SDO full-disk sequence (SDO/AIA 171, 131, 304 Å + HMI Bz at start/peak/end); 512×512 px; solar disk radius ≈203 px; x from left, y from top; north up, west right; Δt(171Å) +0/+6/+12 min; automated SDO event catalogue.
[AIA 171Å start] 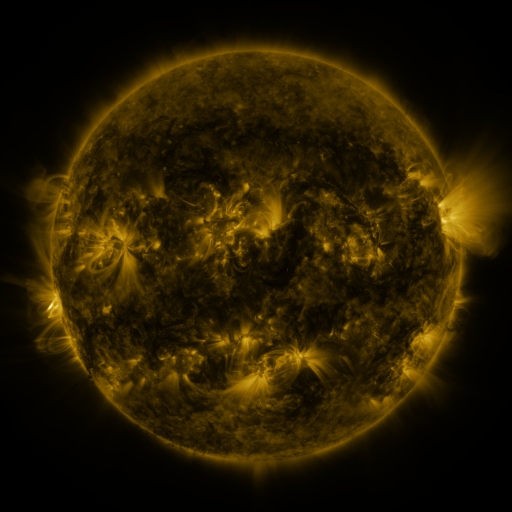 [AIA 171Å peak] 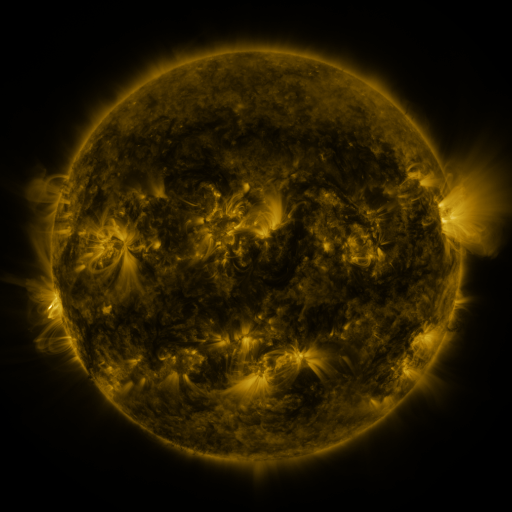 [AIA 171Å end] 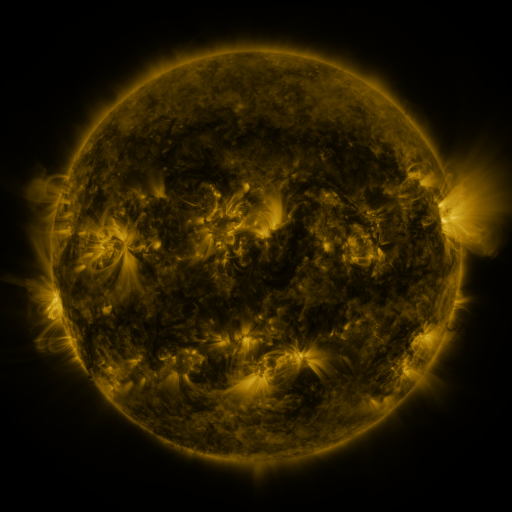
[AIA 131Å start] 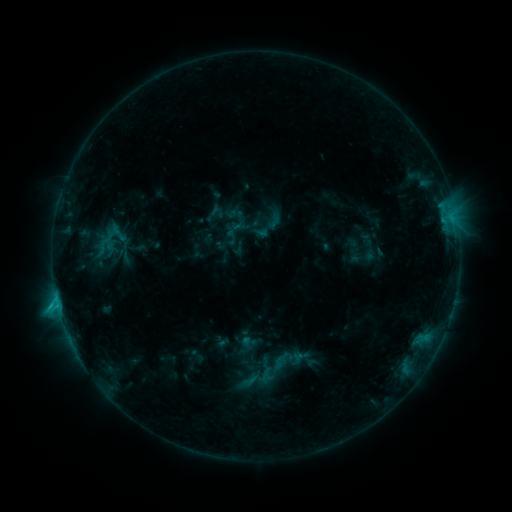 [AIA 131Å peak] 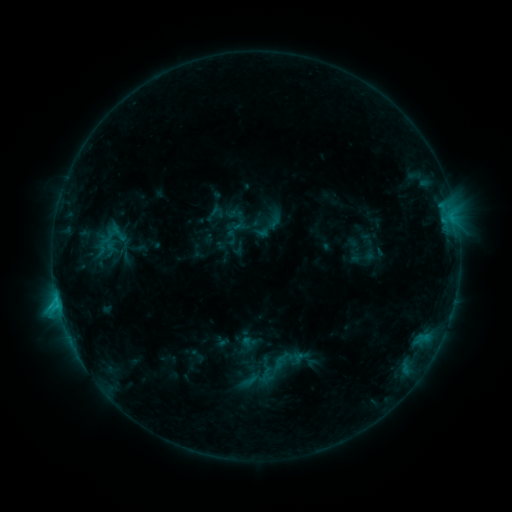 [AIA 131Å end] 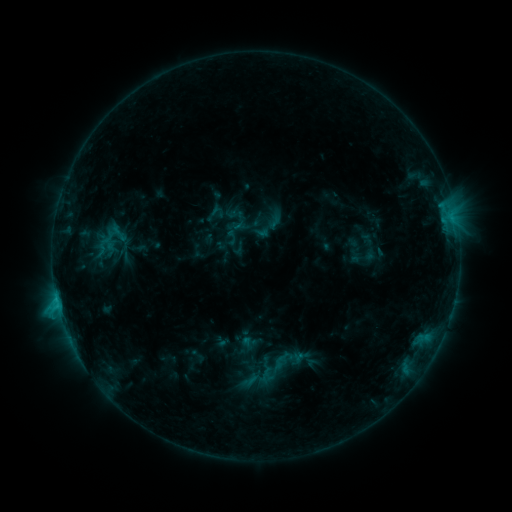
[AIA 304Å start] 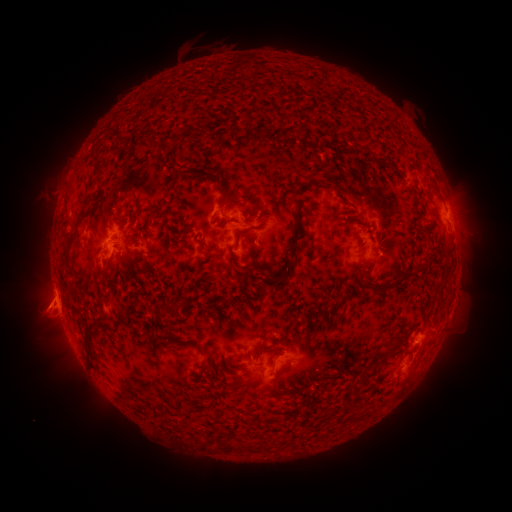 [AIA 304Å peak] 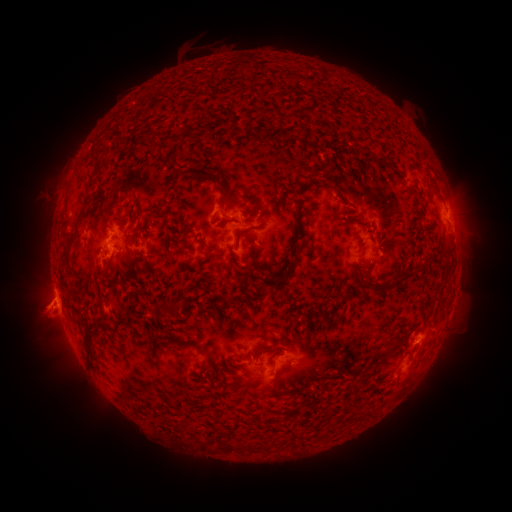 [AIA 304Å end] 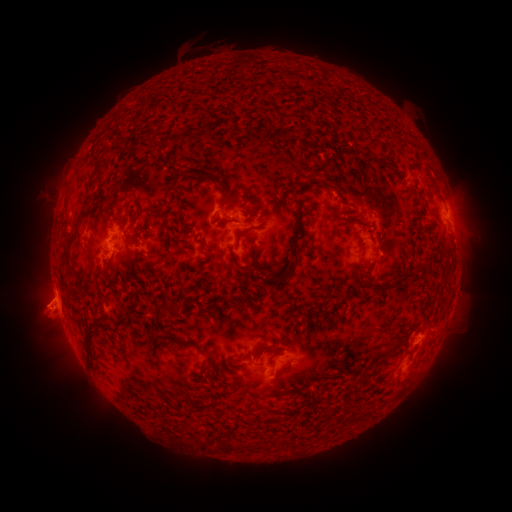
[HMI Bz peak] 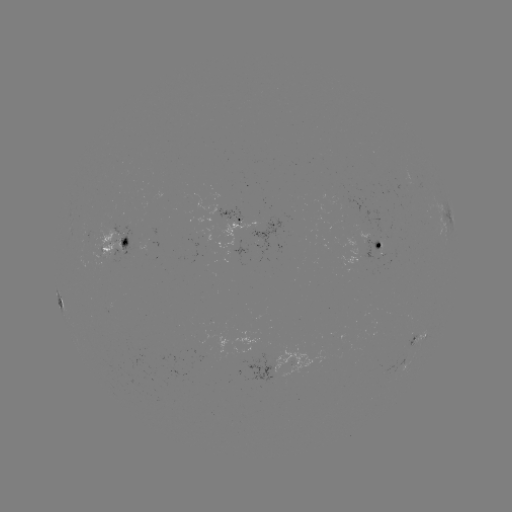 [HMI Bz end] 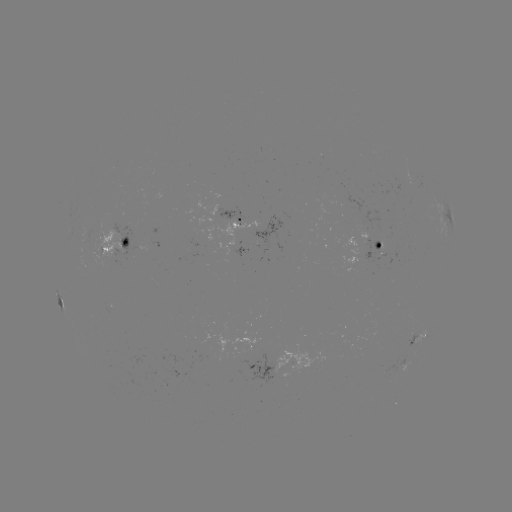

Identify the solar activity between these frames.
eruption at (37, 311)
